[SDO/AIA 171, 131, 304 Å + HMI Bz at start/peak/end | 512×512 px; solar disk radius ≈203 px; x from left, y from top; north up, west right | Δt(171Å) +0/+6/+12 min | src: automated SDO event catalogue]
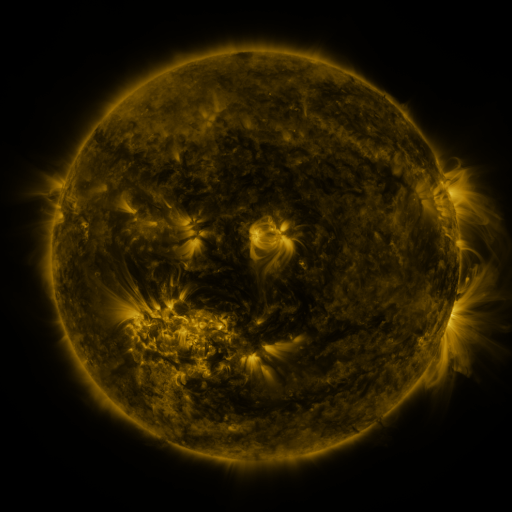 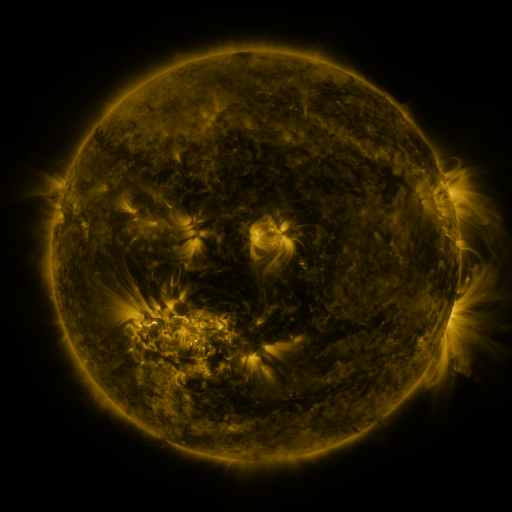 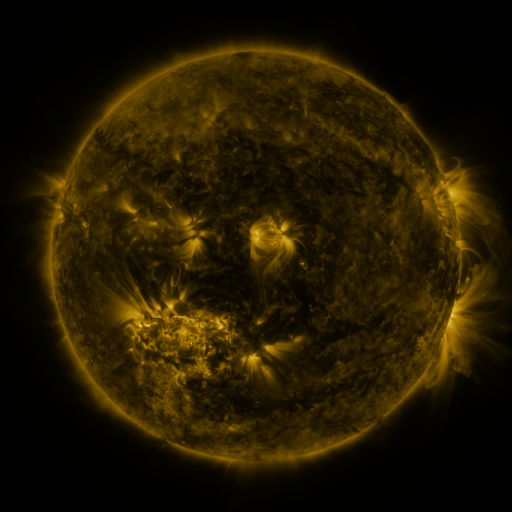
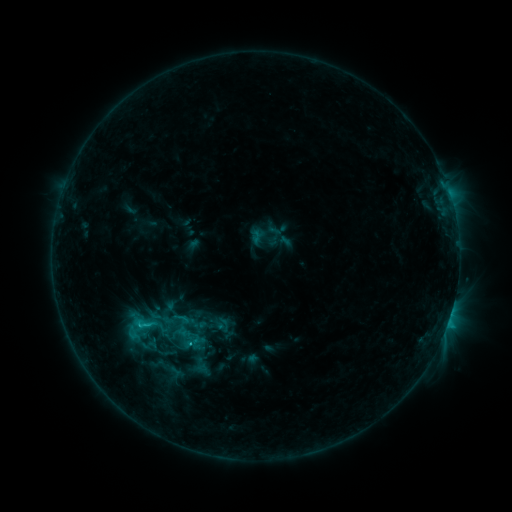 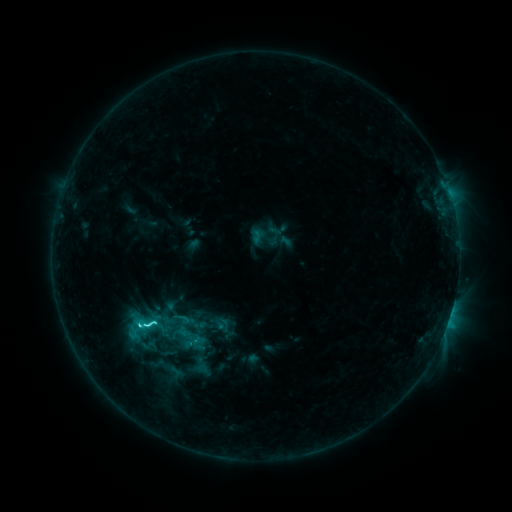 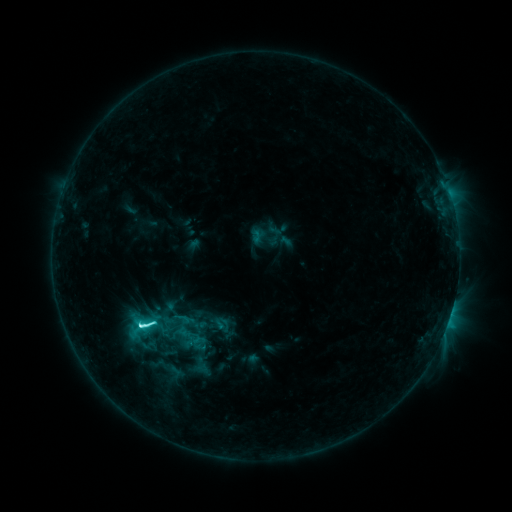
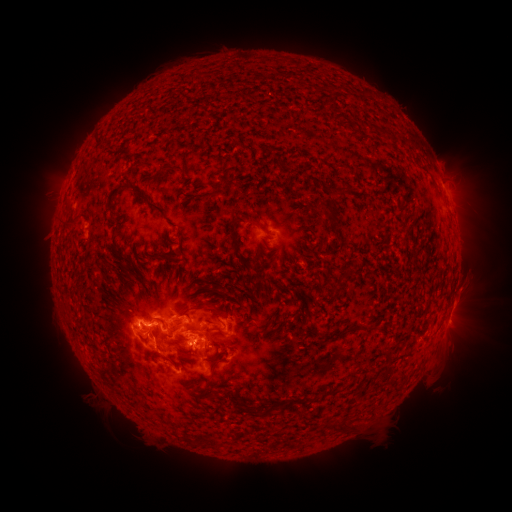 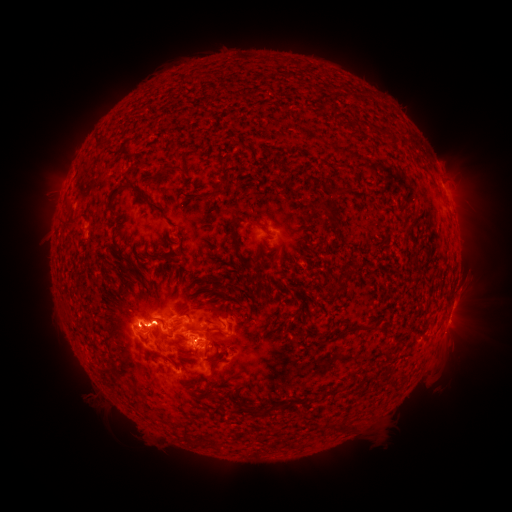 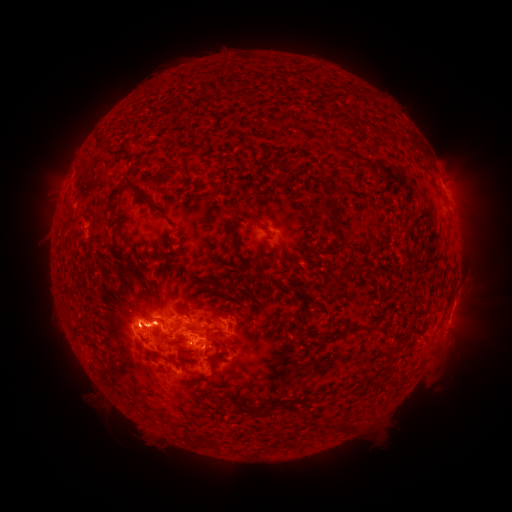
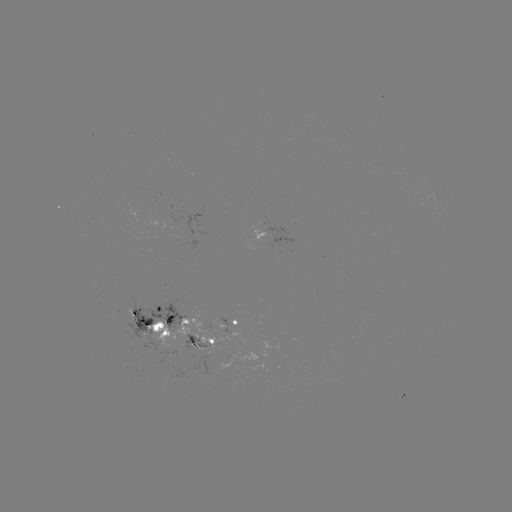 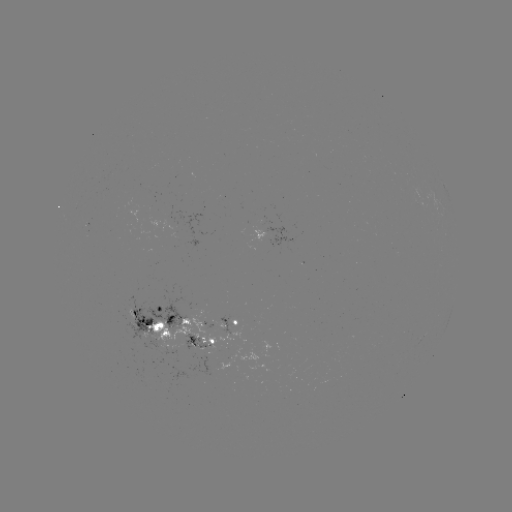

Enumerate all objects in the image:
C7.0 flare: (146, 323)
